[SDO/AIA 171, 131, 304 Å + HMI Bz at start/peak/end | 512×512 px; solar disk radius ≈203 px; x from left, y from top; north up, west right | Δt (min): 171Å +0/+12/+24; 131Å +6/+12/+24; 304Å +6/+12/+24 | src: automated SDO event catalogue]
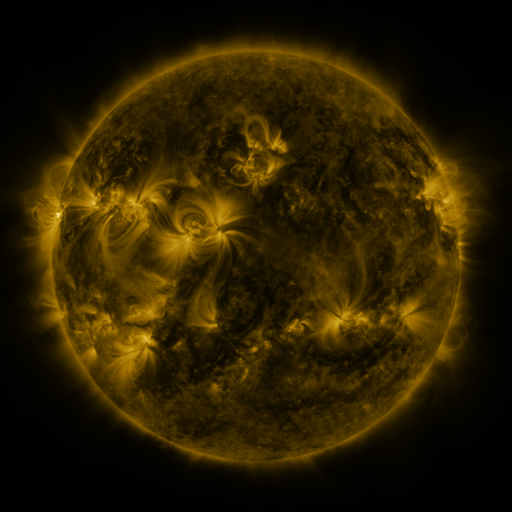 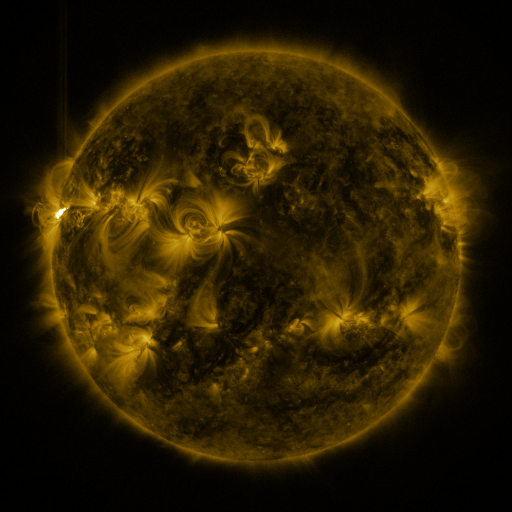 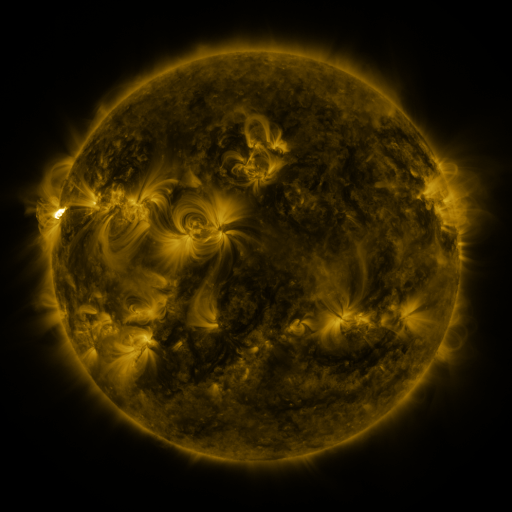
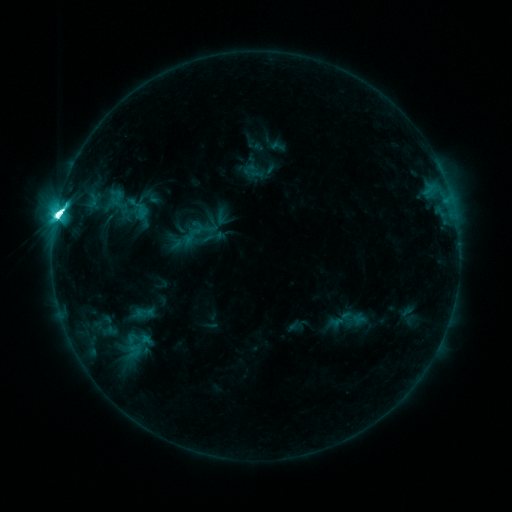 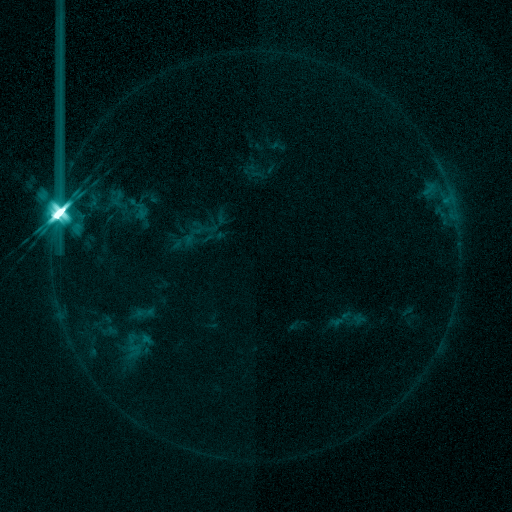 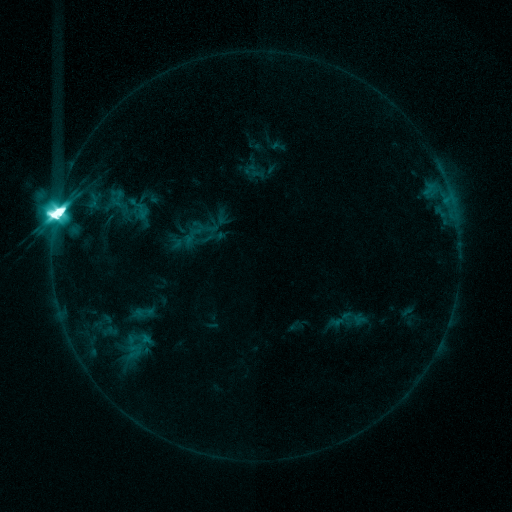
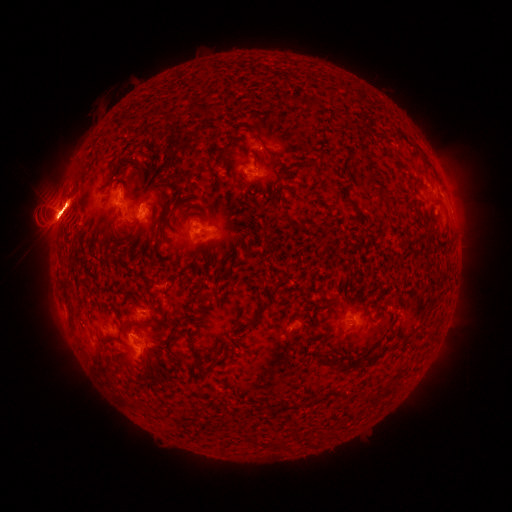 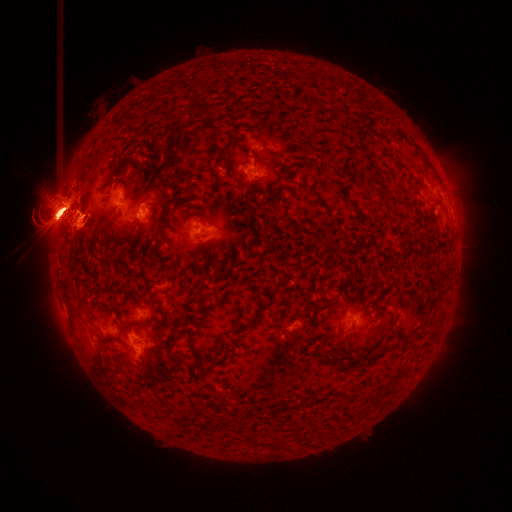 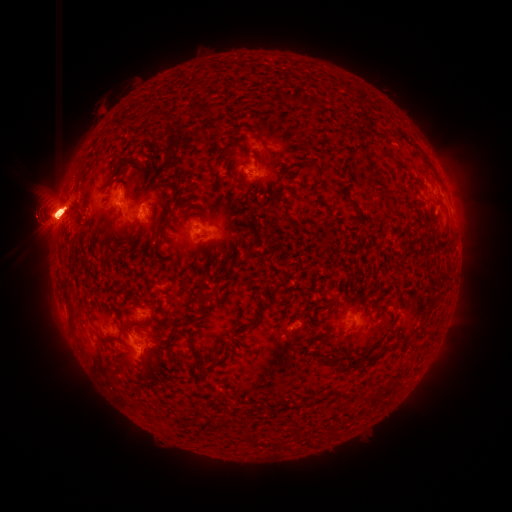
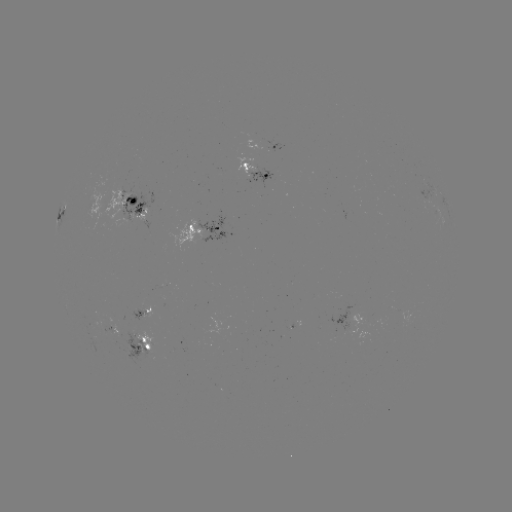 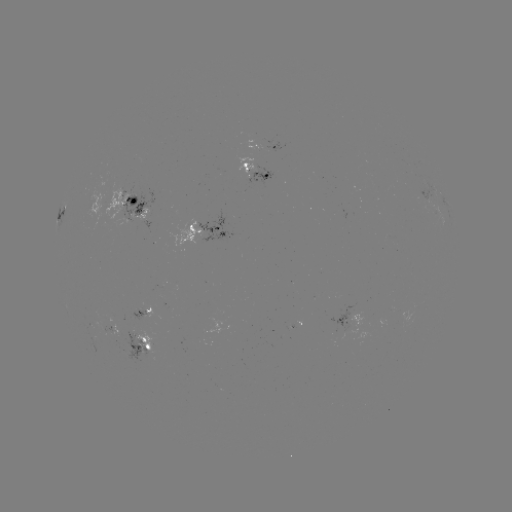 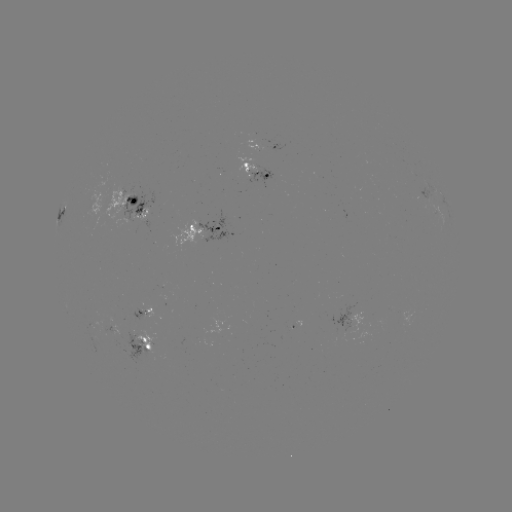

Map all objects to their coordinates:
eruption: (120, 361)
